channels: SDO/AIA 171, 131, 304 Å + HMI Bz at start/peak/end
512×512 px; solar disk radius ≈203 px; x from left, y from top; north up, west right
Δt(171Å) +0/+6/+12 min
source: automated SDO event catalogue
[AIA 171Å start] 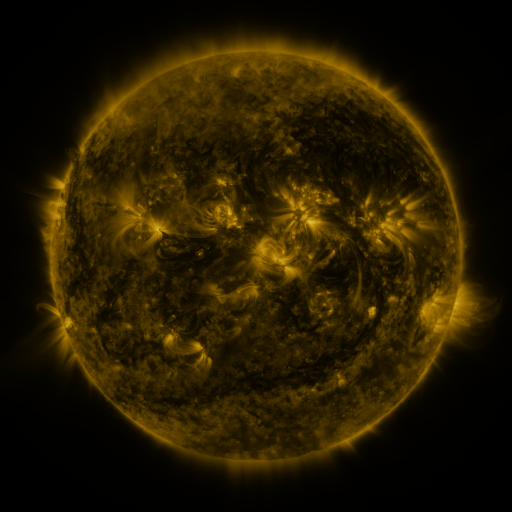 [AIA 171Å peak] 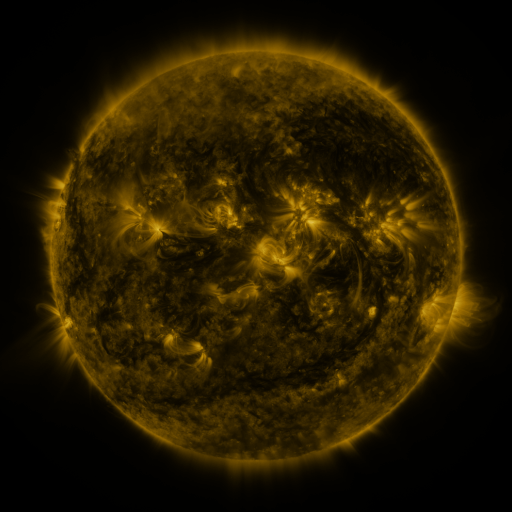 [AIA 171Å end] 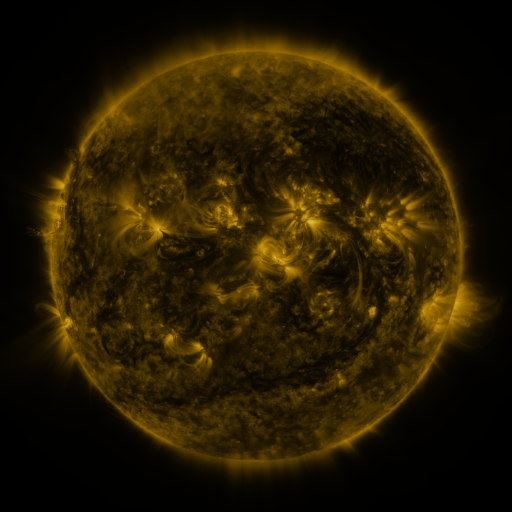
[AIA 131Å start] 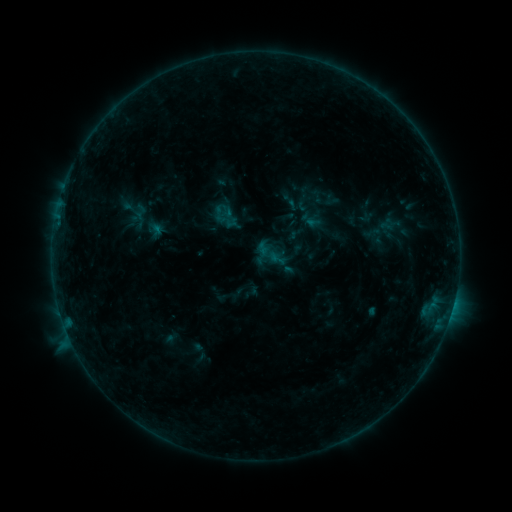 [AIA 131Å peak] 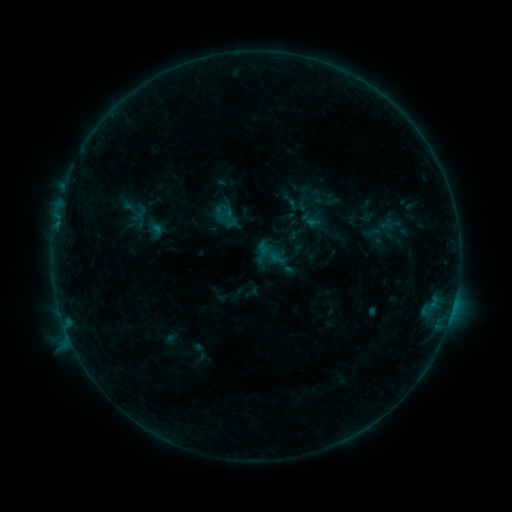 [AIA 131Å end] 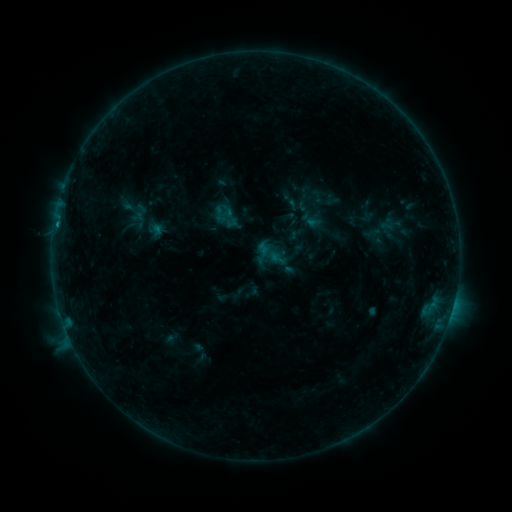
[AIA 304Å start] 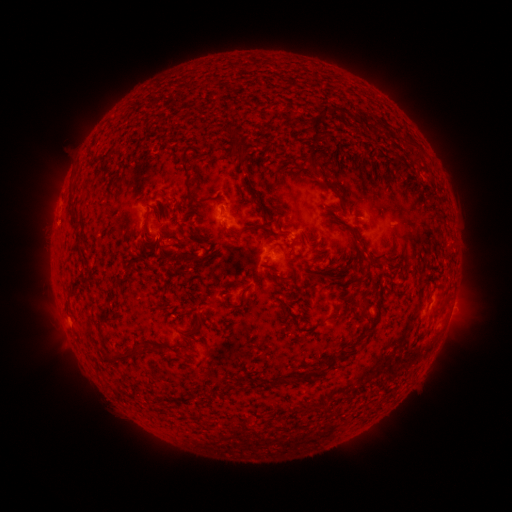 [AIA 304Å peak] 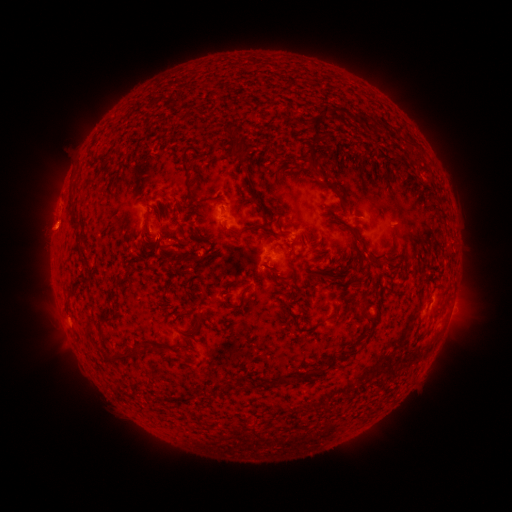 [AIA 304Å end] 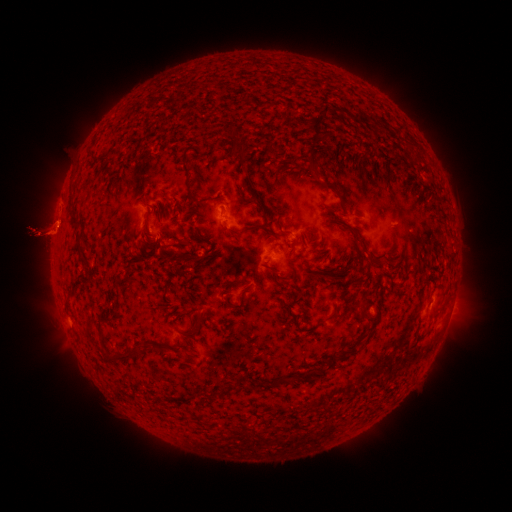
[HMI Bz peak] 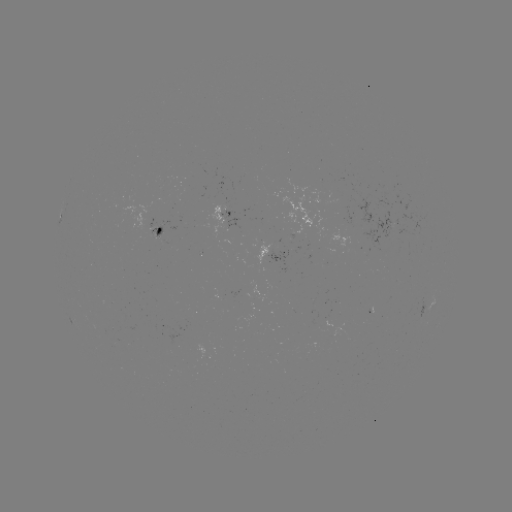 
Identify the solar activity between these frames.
eruption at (55, 231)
